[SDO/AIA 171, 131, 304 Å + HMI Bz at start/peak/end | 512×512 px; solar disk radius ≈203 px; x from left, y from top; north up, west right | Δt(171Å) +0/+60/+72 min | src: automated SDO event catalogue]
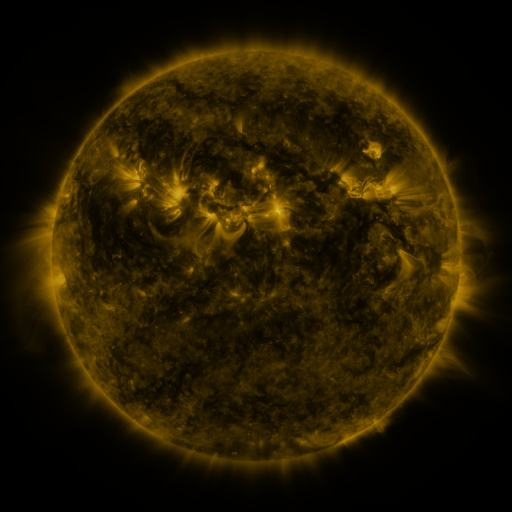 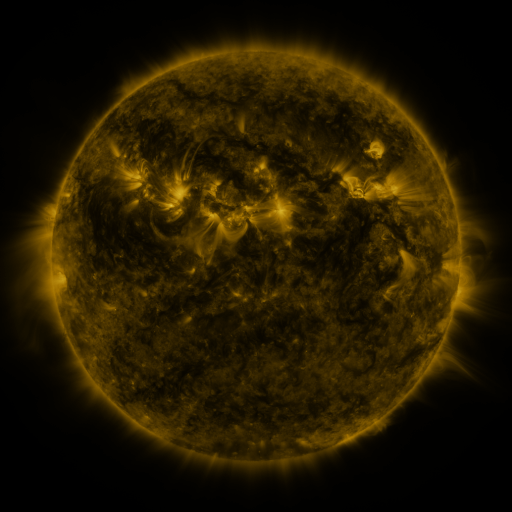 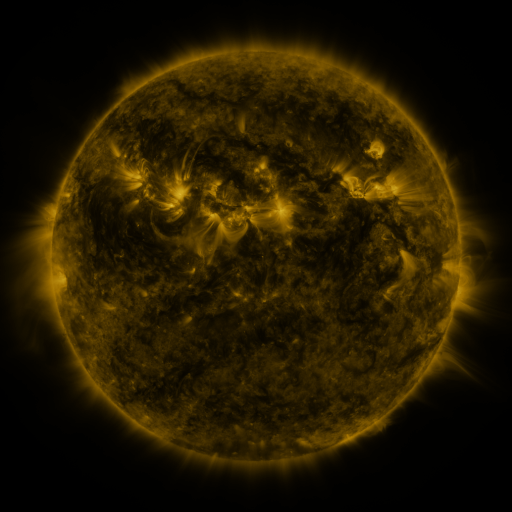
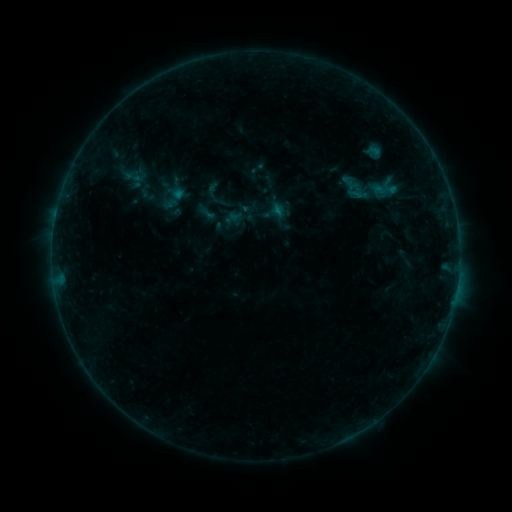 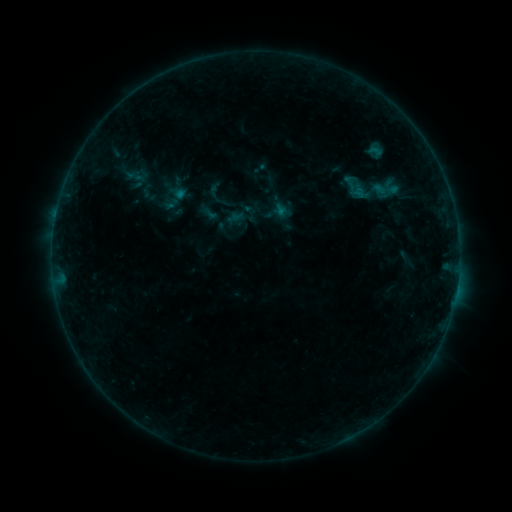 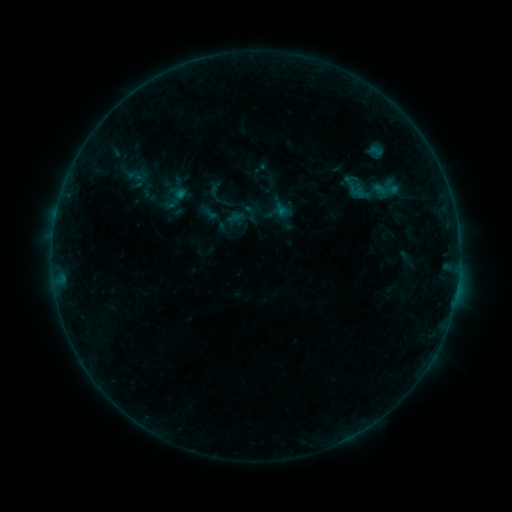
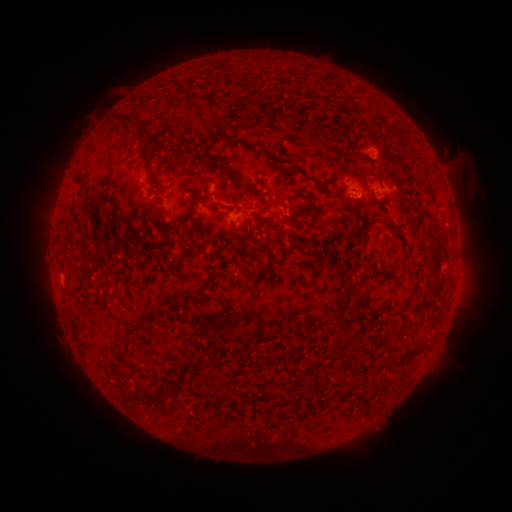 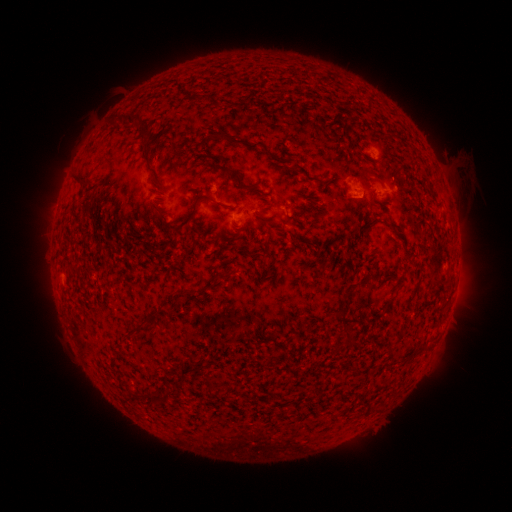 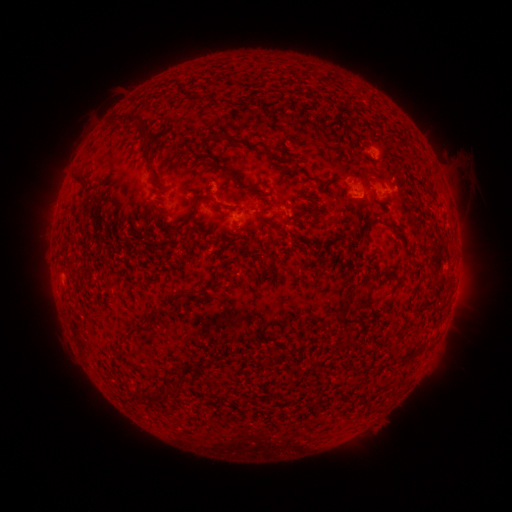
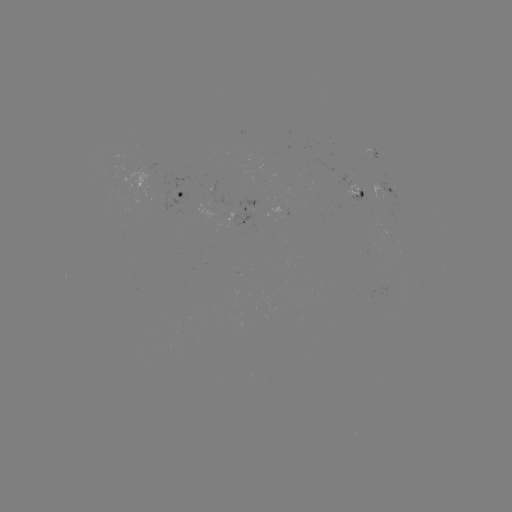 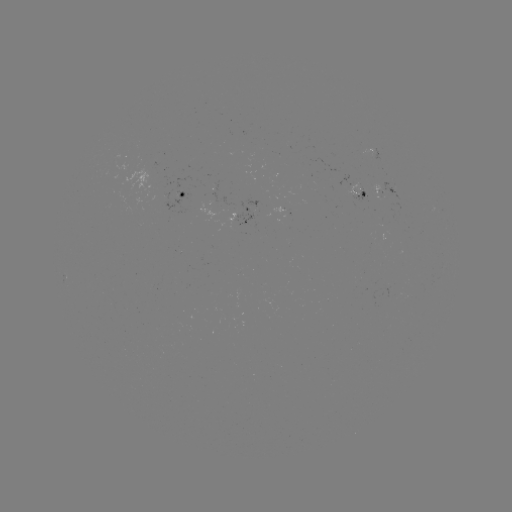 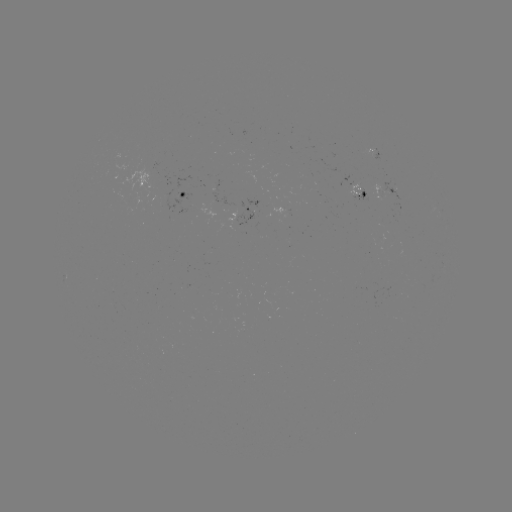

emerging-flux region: <bbox>379, 180, 403, 203</bbox>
